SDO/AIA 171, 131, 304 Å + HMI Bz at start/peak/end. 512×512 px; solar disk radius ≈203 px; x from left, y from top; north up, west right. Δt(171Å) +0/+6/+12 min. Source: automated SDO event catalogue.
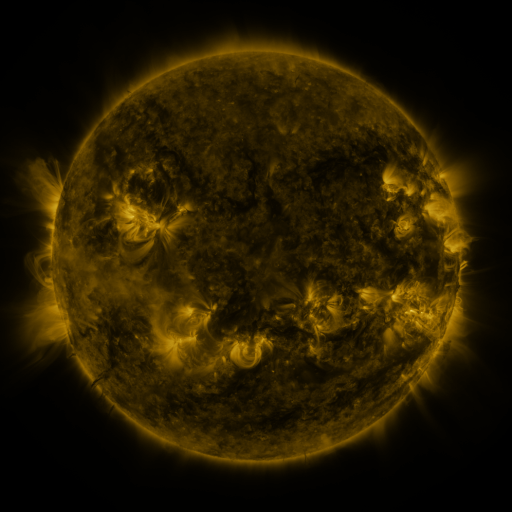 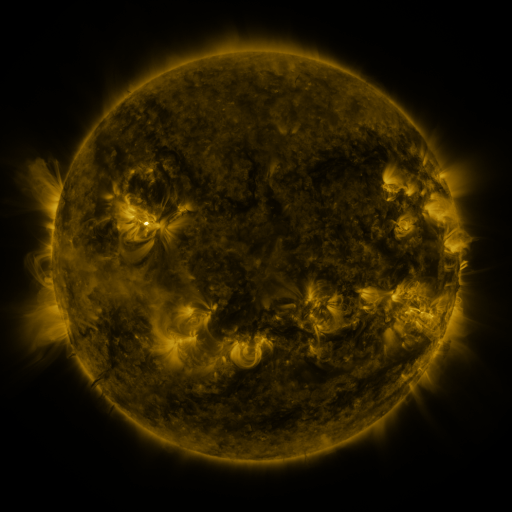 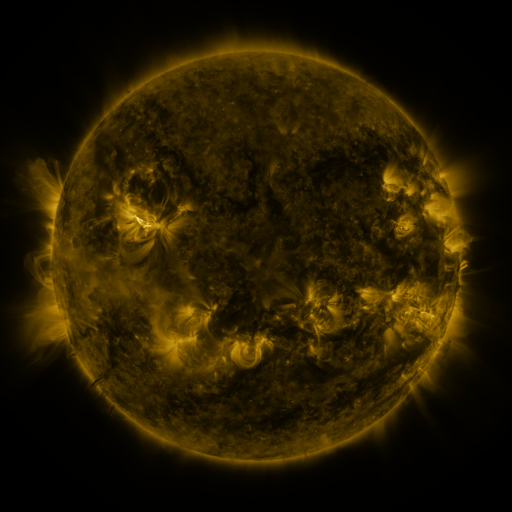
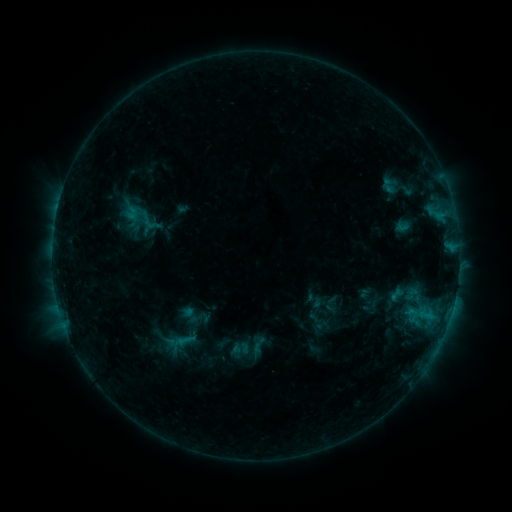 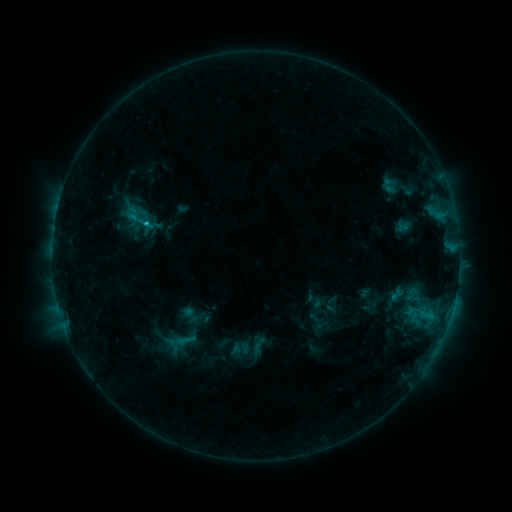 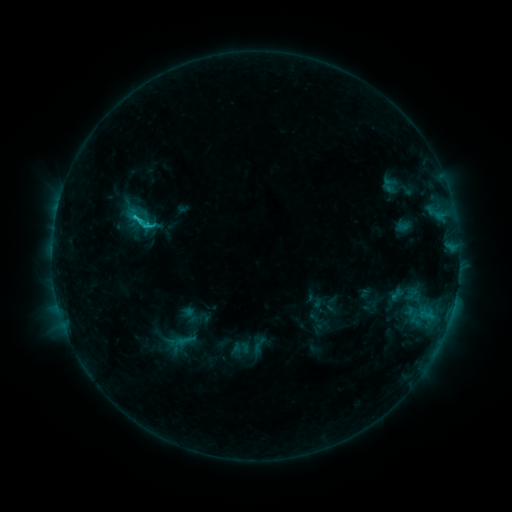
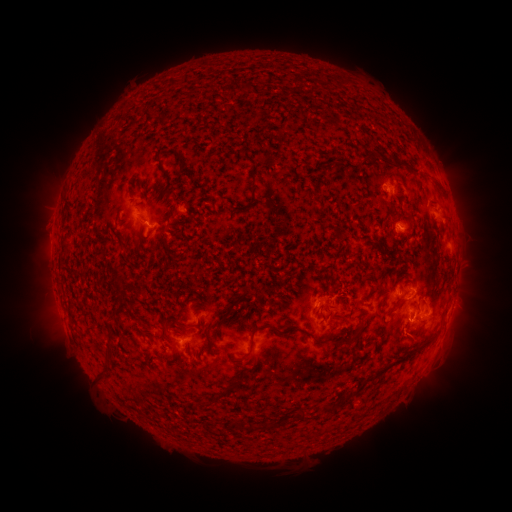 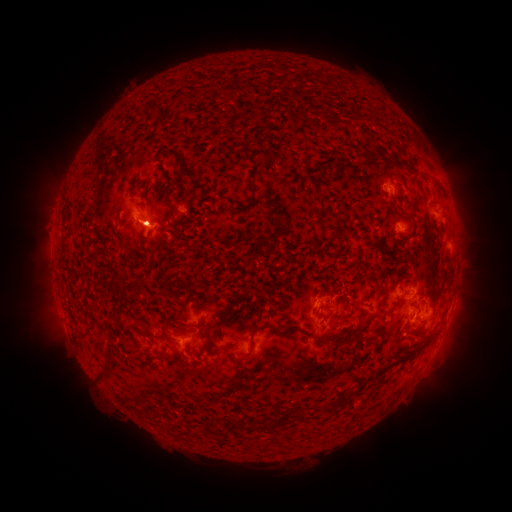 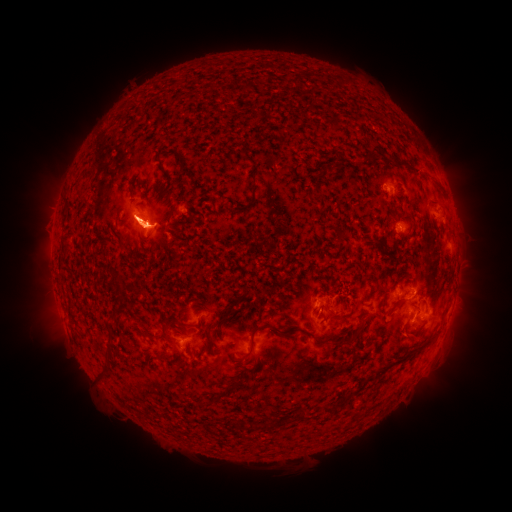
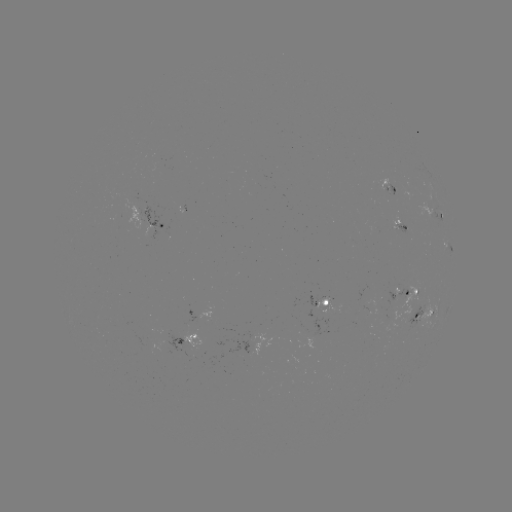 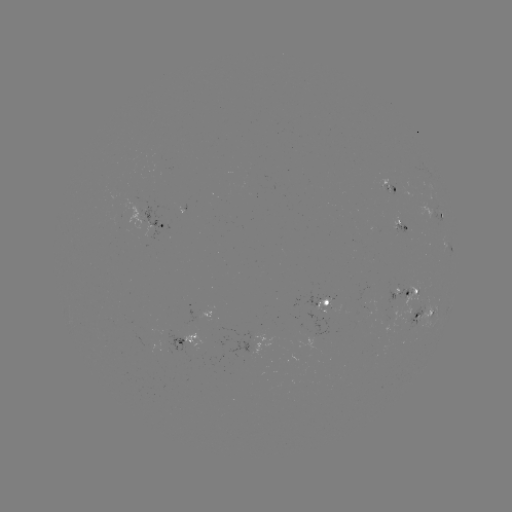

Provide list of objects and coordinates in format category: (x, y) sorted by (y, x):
eruption: (142, 228)
